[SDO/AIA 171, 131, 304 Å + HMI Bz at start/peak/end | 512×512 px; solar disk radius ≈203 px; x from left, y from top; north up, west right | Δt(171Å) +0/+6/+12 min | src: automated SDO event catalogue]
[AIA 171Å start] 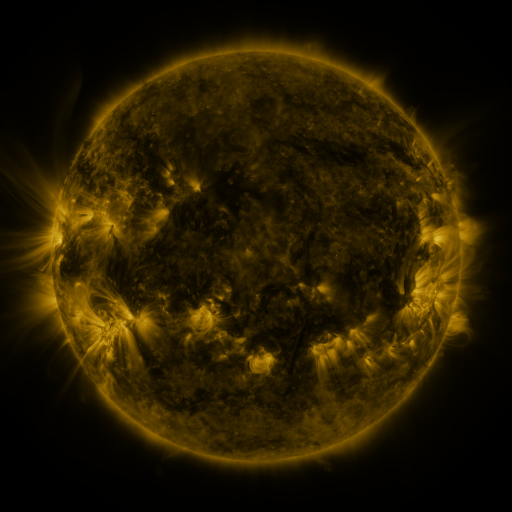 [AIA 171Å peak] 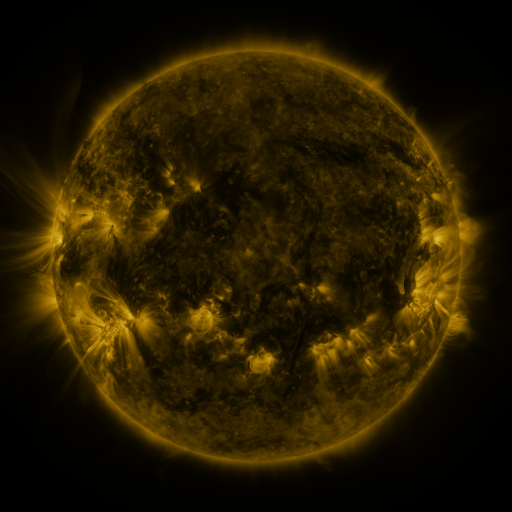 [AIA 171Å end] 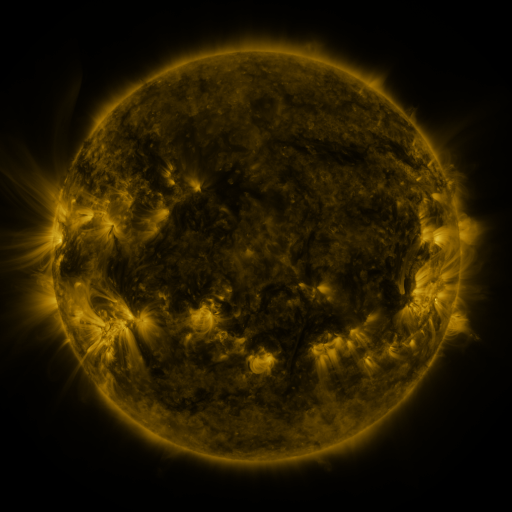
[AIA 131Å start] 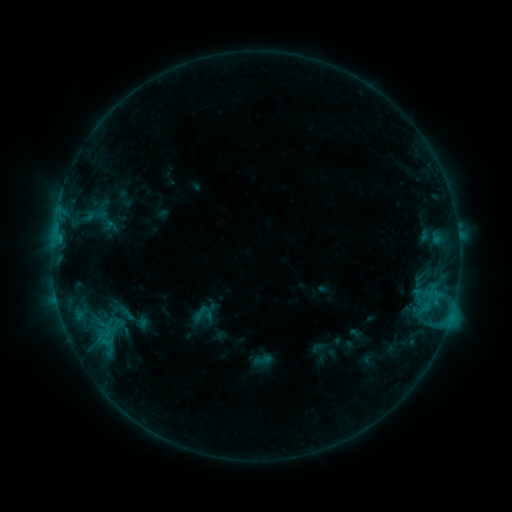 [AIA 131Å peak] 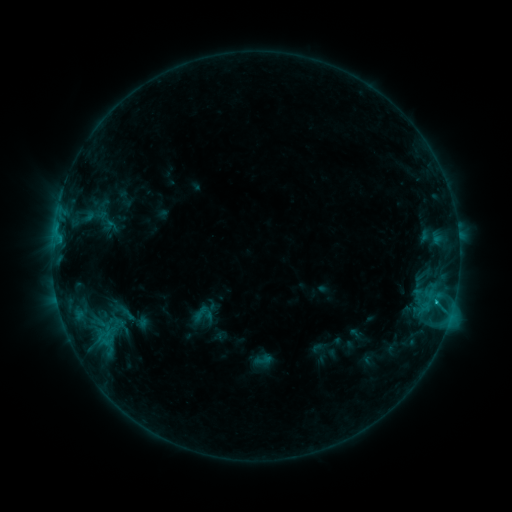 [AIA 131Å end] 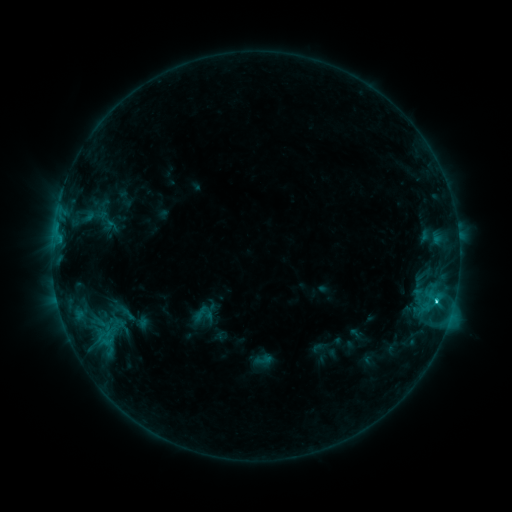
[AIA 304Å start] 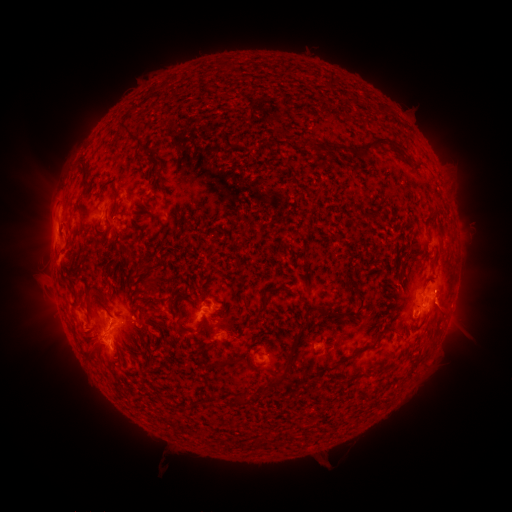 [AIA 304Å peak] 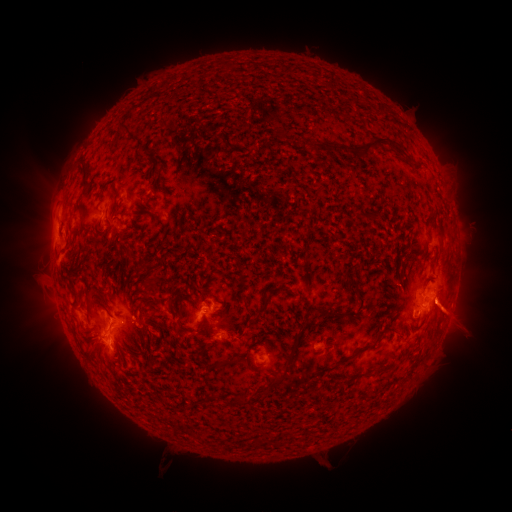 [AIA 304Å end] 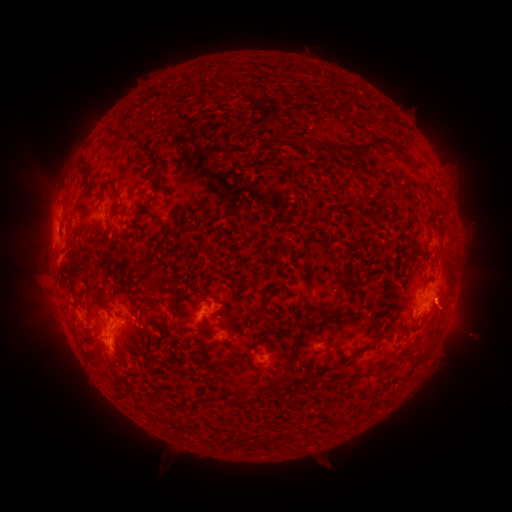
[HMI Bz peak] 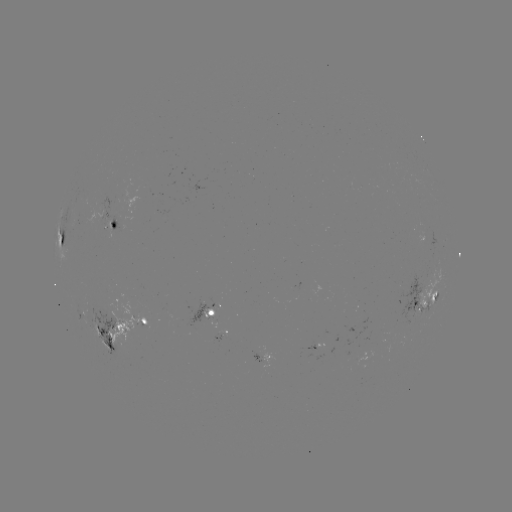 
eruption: (430, 284, 481, 347)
